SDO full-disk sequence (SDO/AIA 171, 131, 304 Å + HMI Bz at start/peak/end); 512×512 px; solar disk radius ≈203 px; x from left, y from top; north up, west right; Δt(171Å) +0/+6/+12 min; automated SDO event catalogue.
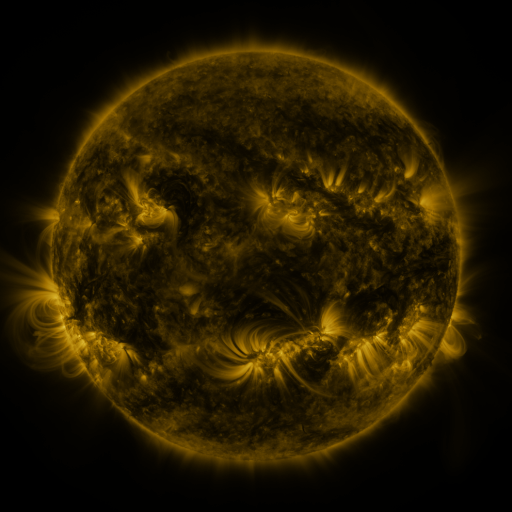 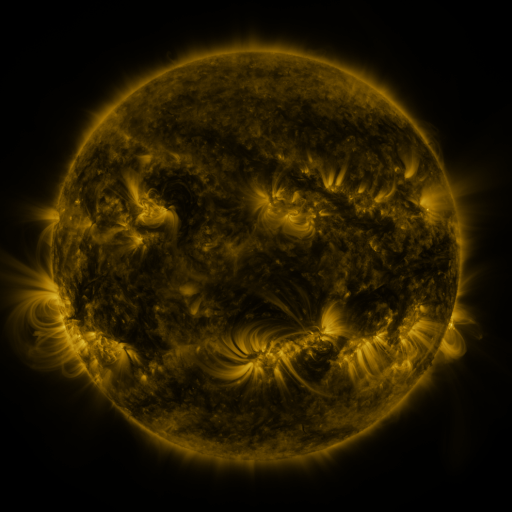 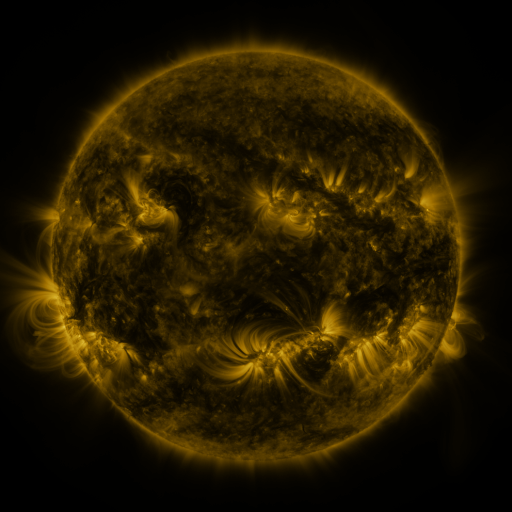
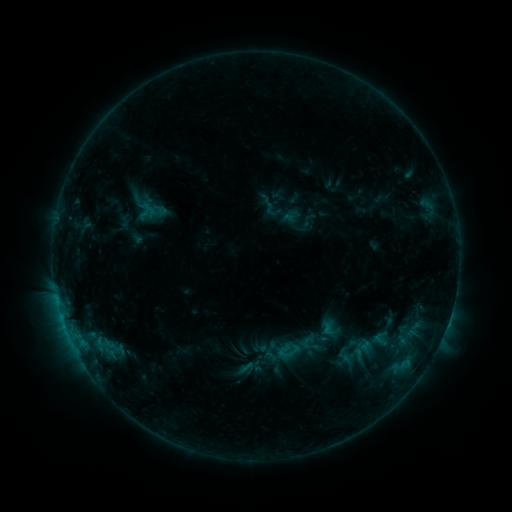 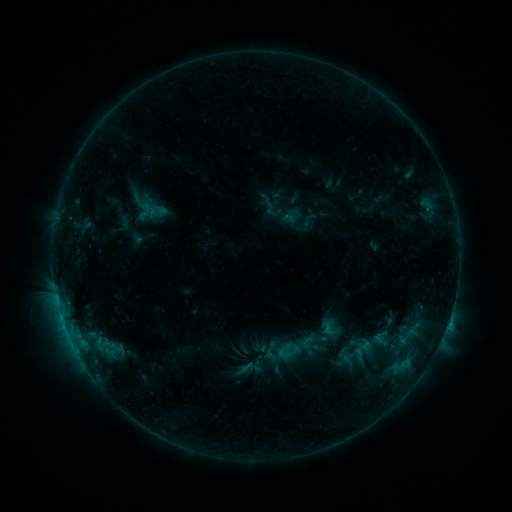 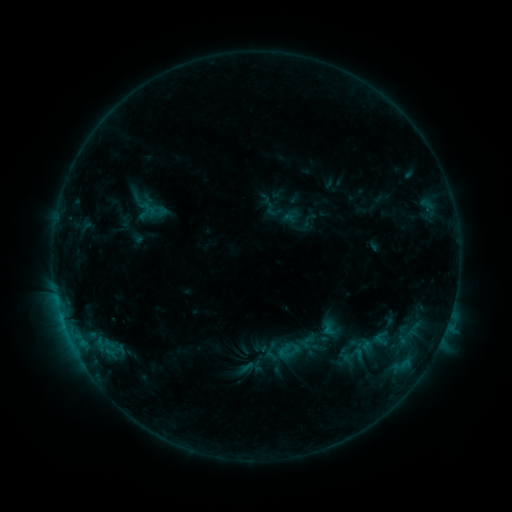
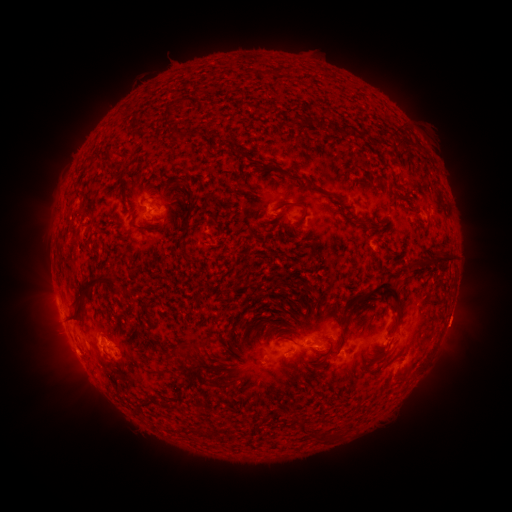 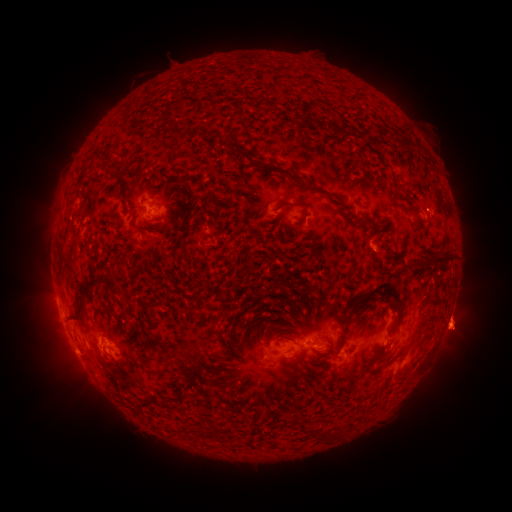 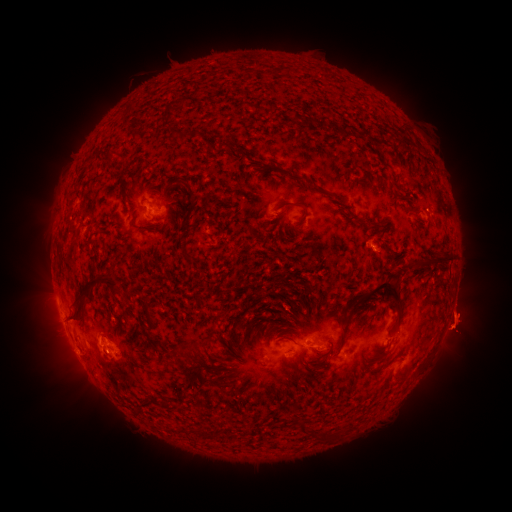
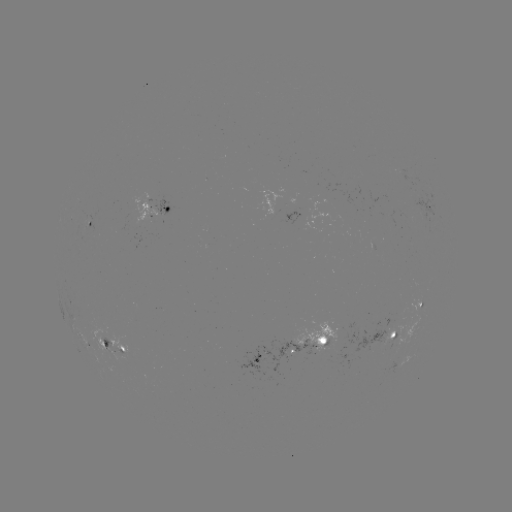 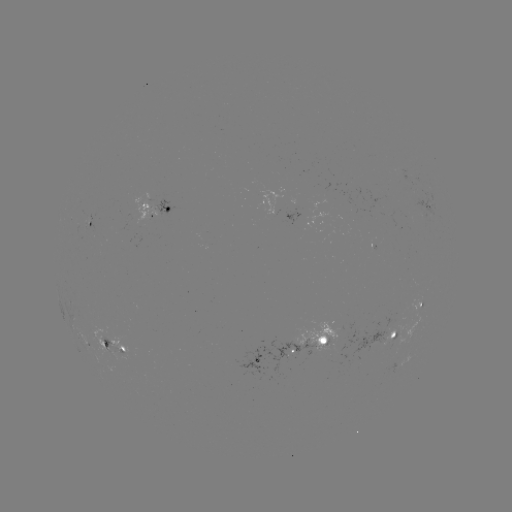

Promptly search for eruption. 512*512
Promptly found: (19, 320).